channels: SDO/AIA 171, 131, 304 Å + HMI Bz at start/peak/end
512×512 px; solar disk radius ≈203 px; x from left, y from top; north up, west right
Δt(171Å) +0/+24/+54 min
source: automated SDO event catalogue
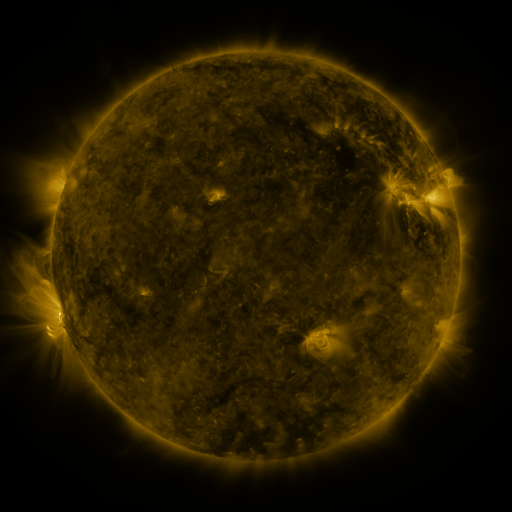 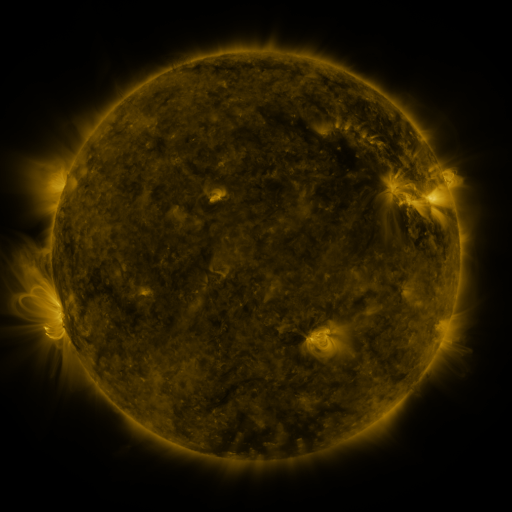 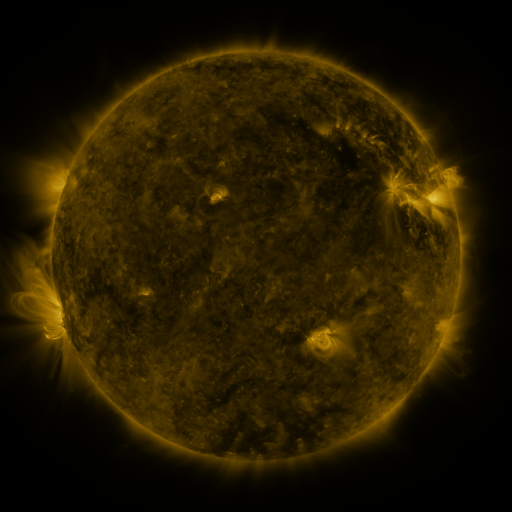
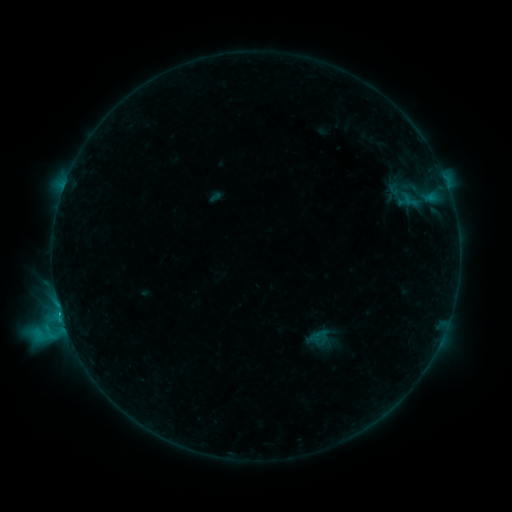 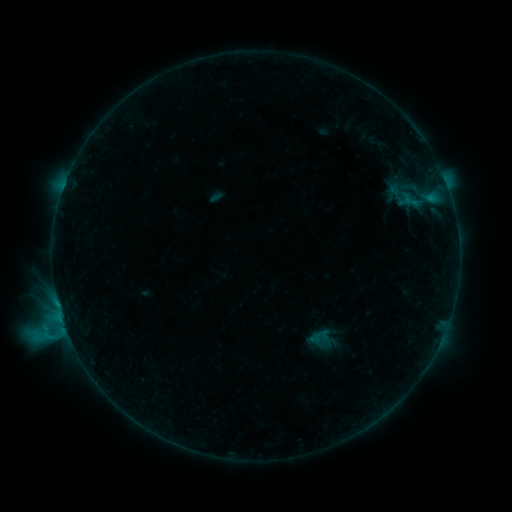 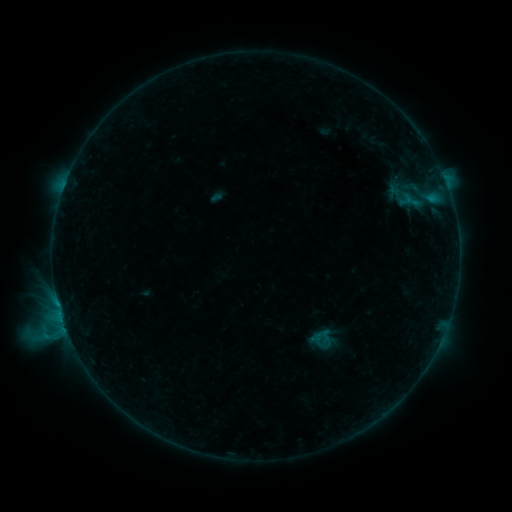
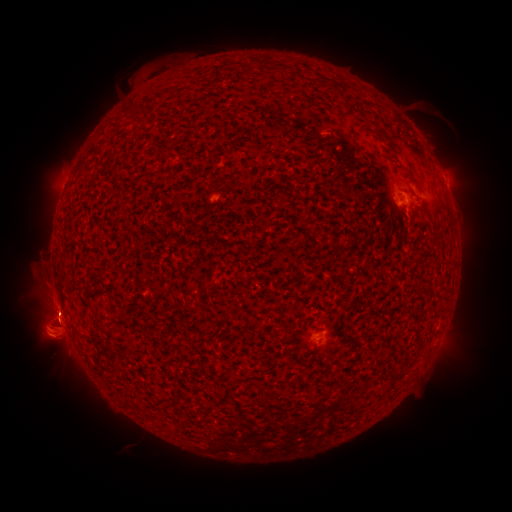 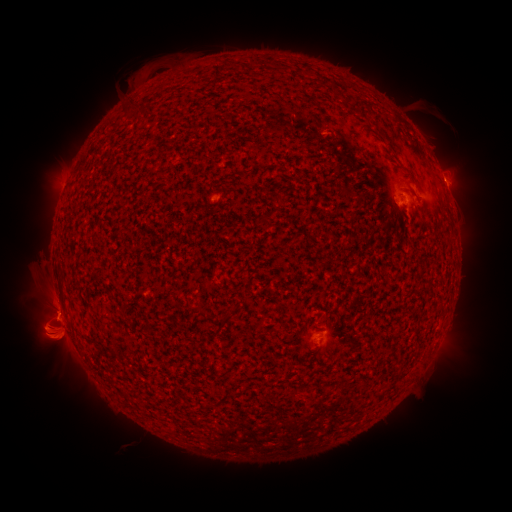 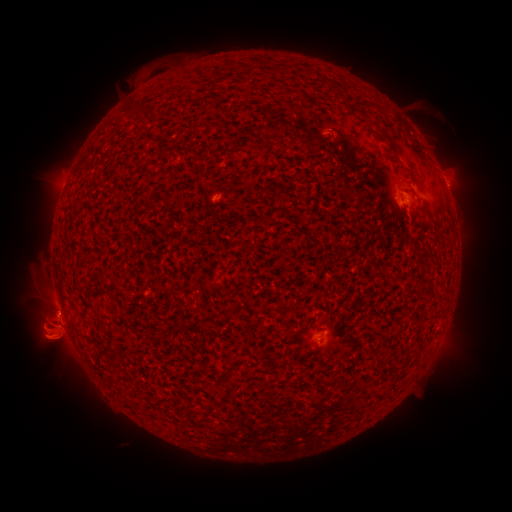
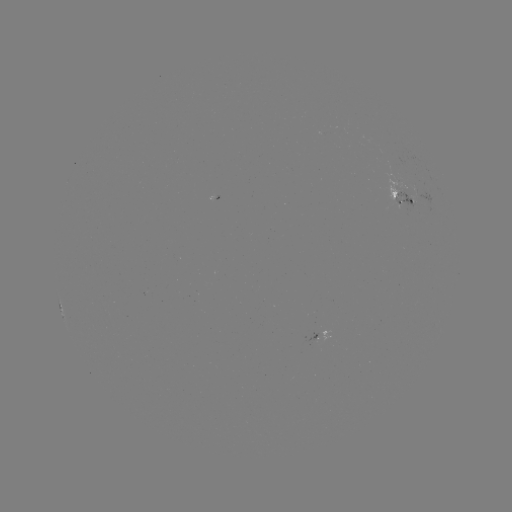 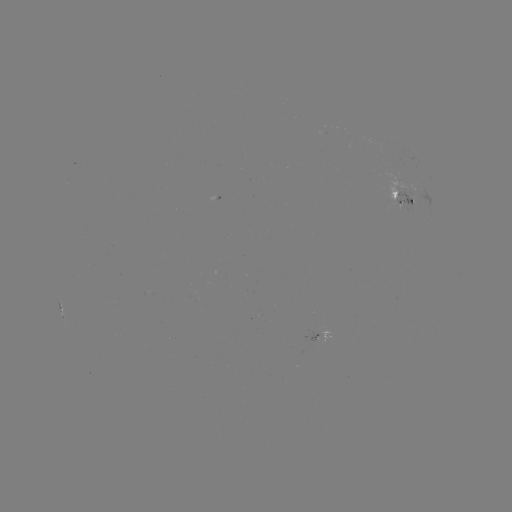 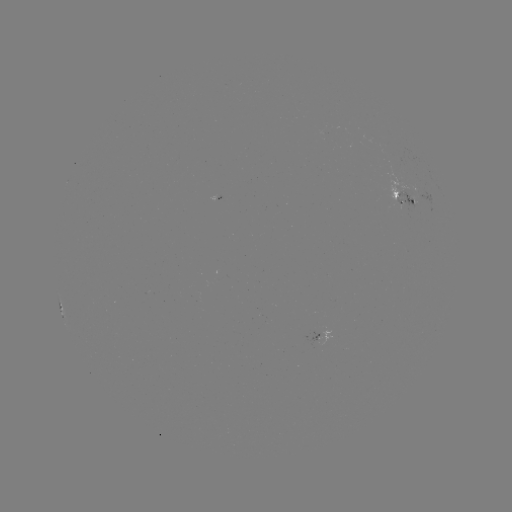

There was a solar eruption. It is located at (50, 343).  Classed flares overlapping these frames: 1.